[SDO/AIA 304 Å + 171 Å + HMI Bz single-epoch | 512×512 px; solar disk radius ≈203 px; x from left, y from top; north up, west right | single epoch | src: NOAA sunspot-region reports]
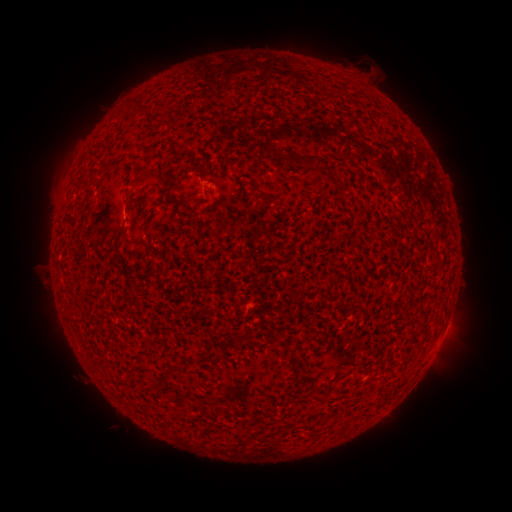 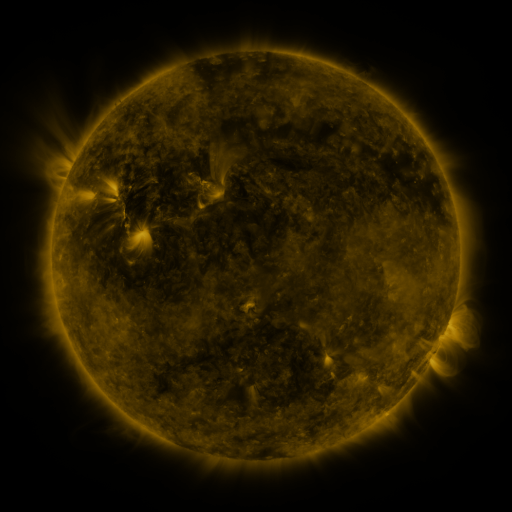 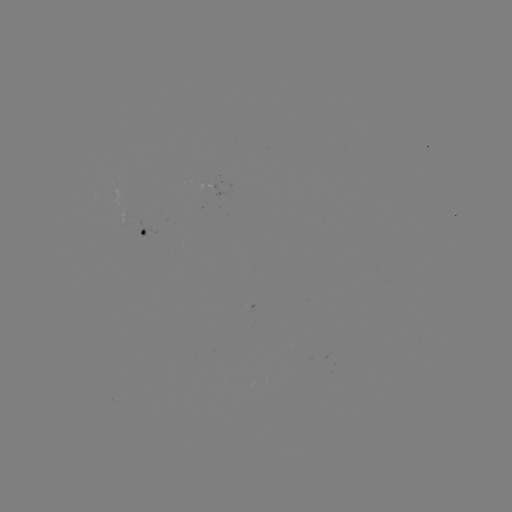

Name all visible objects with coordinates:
spotted active region: (144, 234)
